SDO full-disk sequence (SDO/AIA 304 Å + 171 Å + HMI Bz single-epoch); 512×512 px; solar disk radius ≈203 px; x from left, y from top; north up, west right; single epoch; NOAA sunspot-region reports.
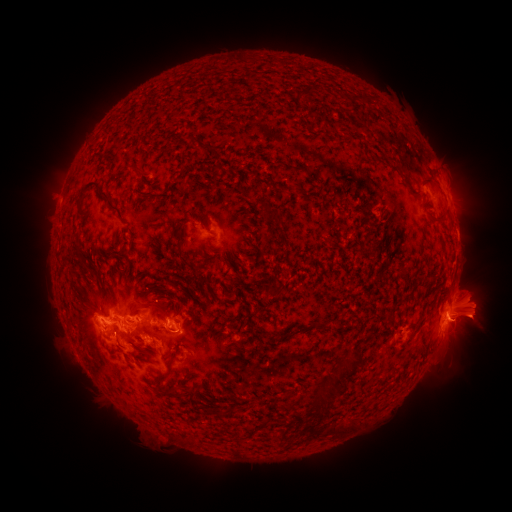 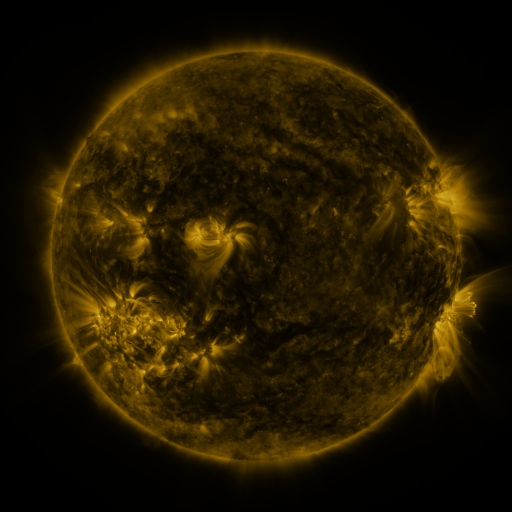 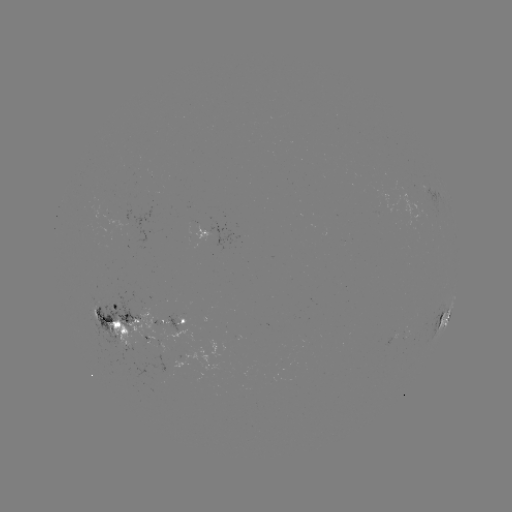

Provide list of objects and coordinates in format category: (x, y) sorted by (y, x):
spotted active region: (450, 196)
spotted active region: (214, 233)
spotted active region: (121, 318)
spotted active region: (444, 318)
spotted active region: (182, 320)
